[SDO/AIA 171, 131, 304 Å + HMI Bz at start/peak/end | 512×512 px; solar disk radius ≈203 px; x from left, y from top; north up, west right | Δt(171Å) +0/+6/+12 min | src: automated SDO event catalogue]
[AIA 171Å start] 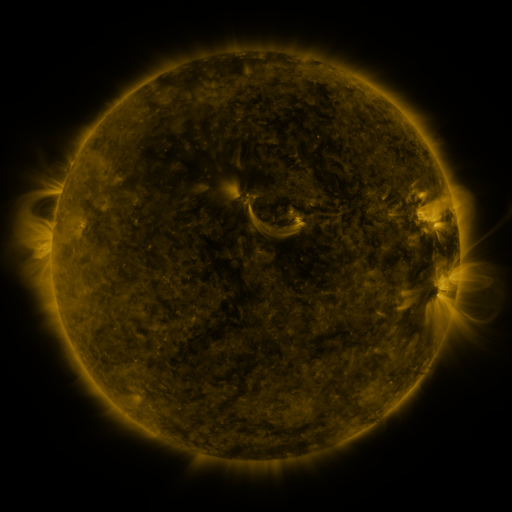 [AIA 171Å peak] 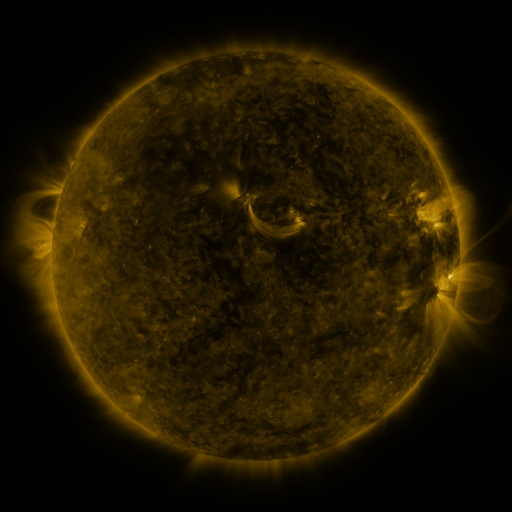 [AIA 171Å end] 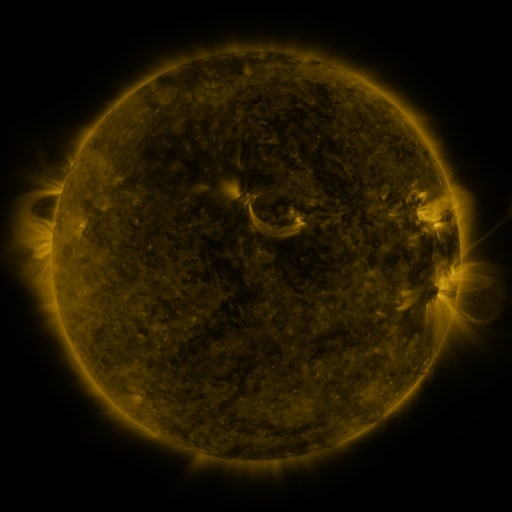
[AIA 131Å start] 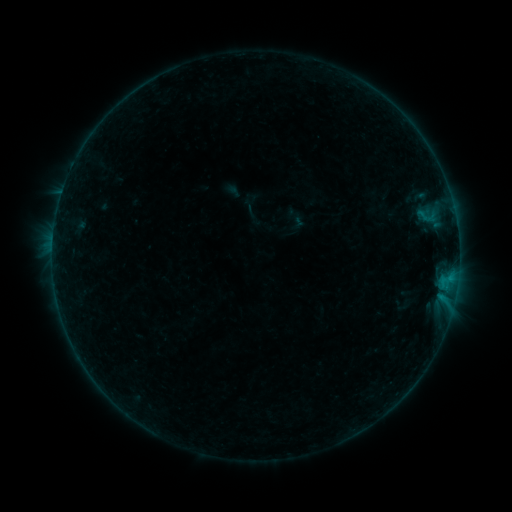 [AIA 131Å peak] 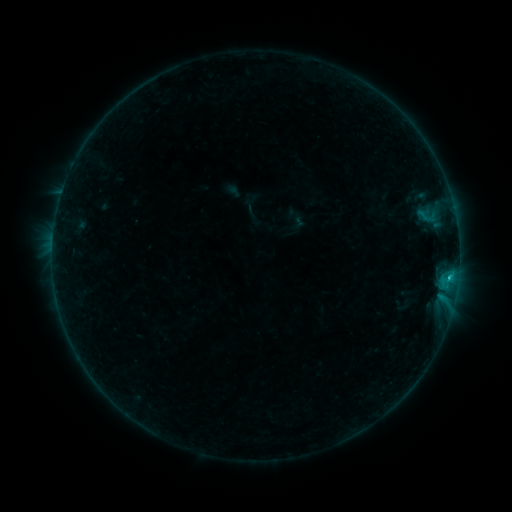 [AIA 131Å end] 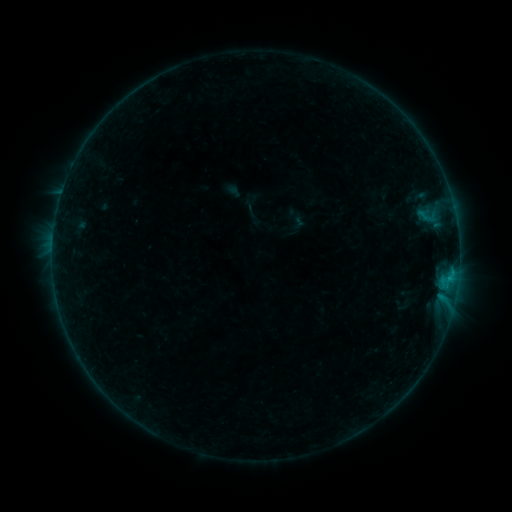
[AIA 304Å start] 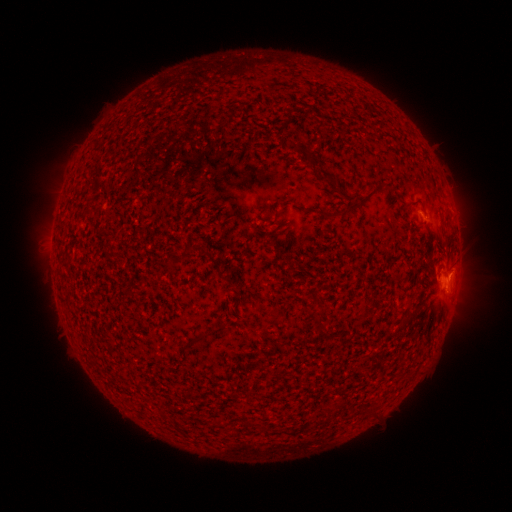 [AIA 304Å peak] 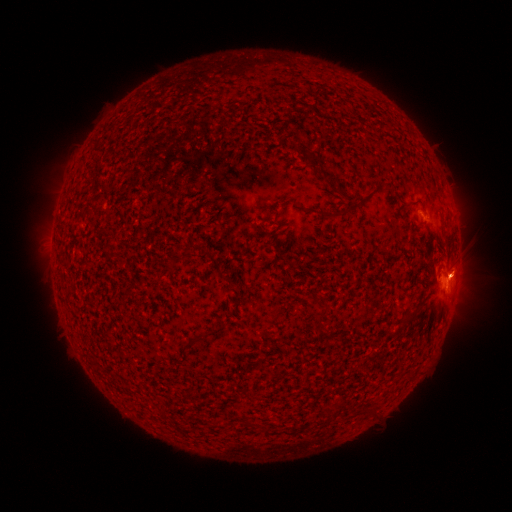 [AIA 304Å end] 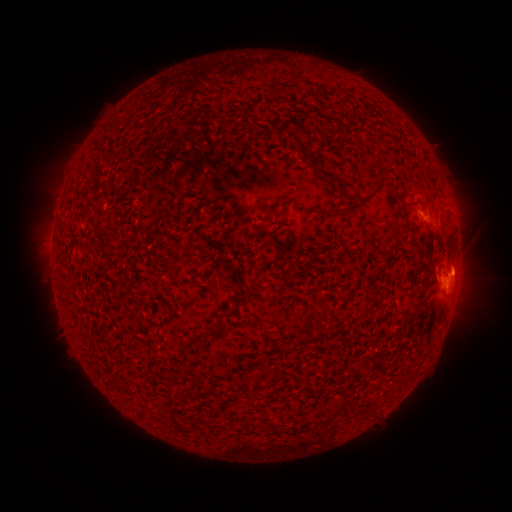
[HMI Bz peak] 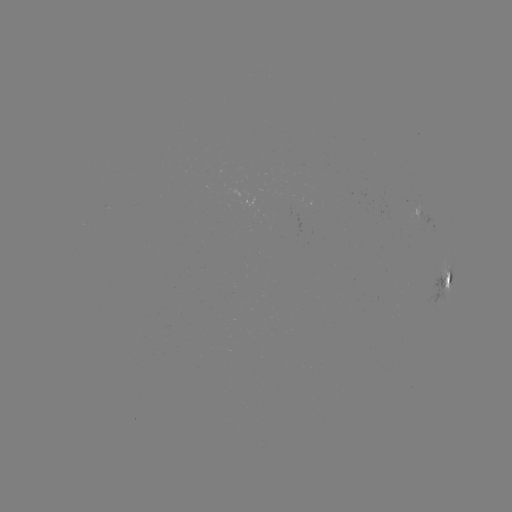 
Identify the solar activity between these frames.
B5.8 flare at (448, 278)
